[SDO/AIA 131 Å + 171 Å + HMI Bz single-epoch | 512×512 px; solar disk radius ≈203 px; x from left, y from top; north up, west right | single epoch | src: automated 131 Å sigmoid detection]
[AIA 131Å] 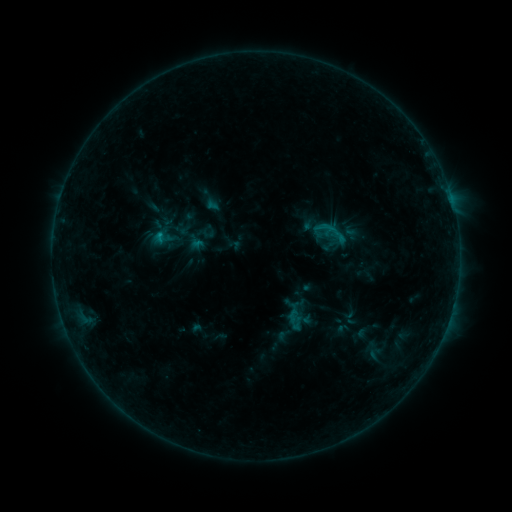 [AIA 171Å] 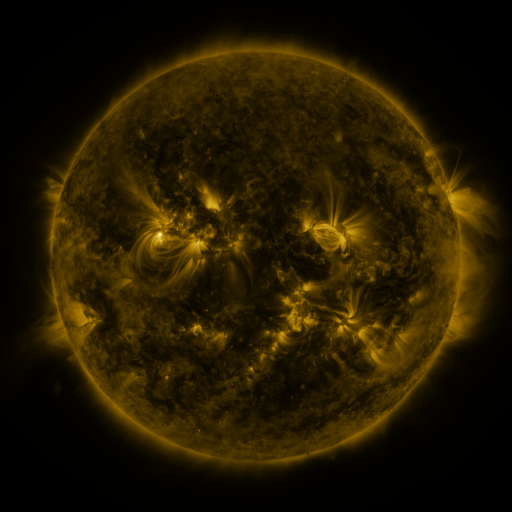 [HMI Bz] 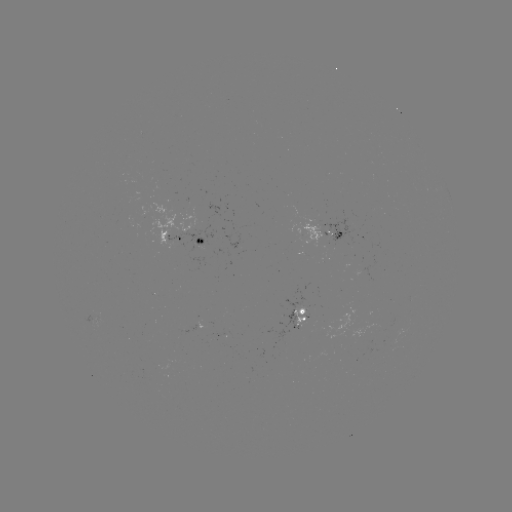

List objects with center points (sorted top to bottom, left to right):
sigmoid: [316, 219, 350, 249]
